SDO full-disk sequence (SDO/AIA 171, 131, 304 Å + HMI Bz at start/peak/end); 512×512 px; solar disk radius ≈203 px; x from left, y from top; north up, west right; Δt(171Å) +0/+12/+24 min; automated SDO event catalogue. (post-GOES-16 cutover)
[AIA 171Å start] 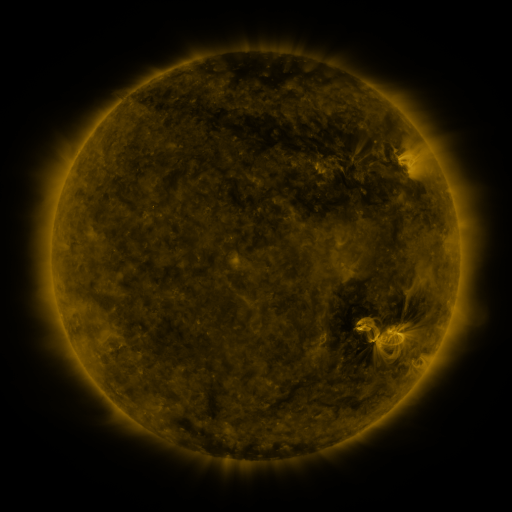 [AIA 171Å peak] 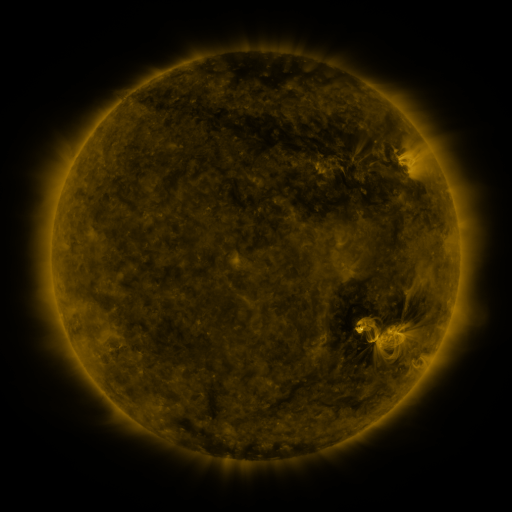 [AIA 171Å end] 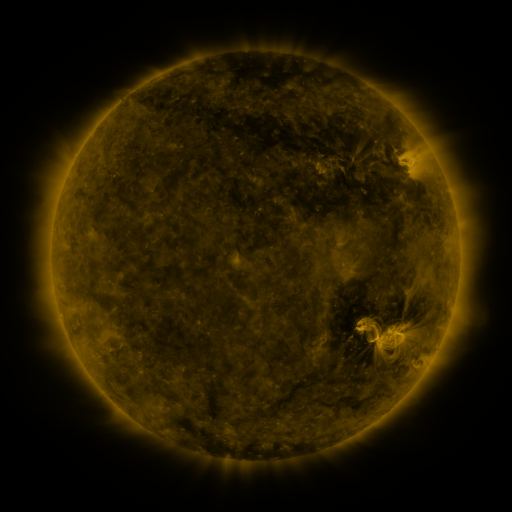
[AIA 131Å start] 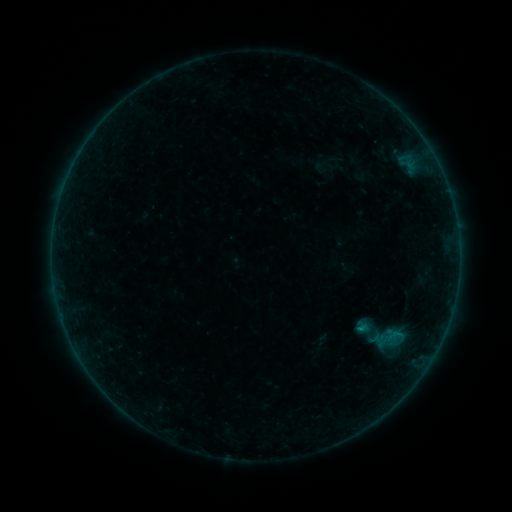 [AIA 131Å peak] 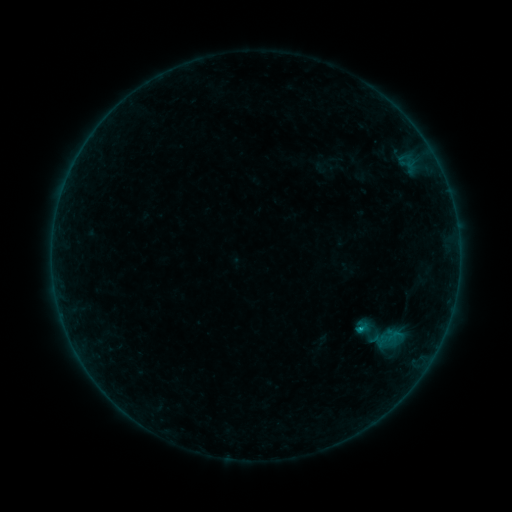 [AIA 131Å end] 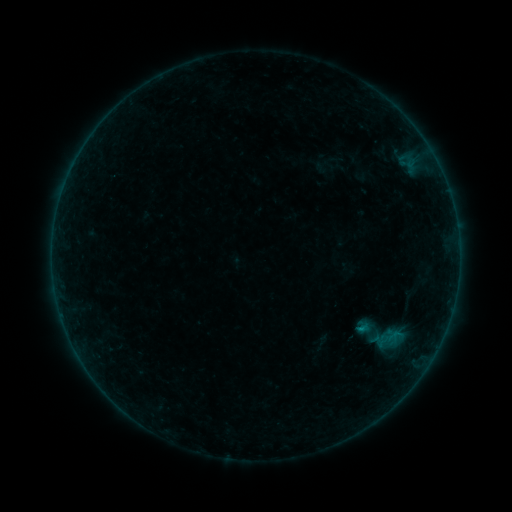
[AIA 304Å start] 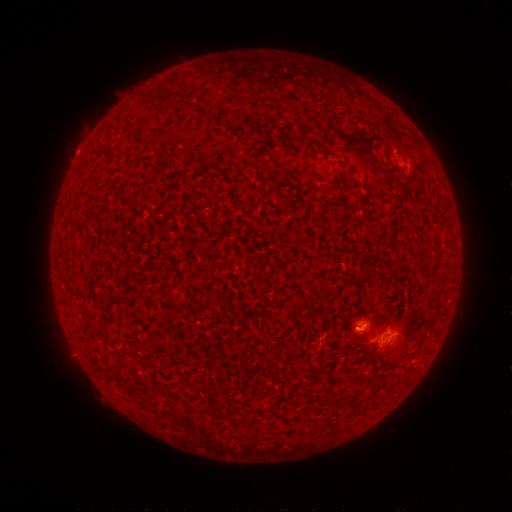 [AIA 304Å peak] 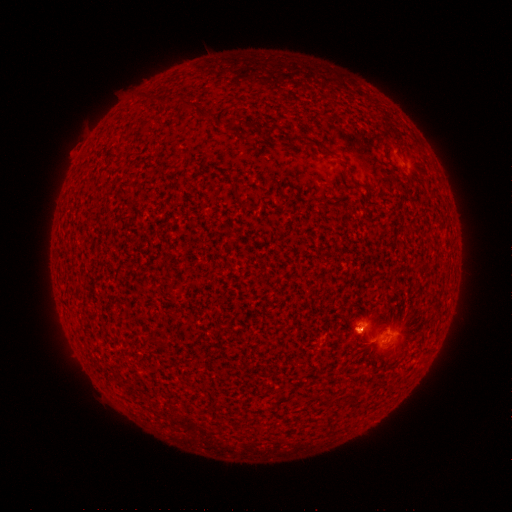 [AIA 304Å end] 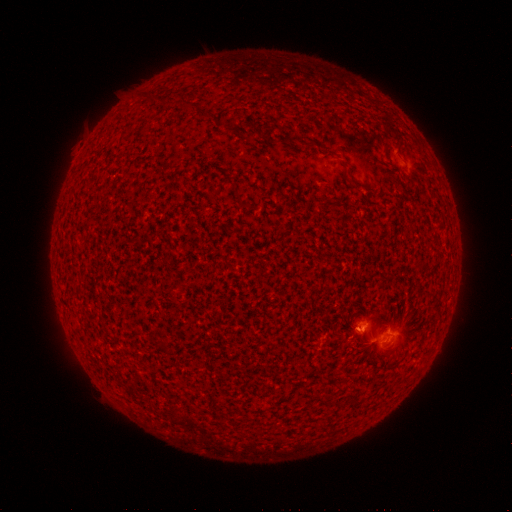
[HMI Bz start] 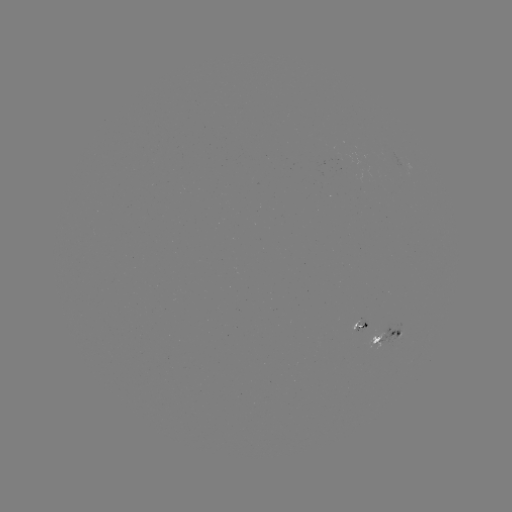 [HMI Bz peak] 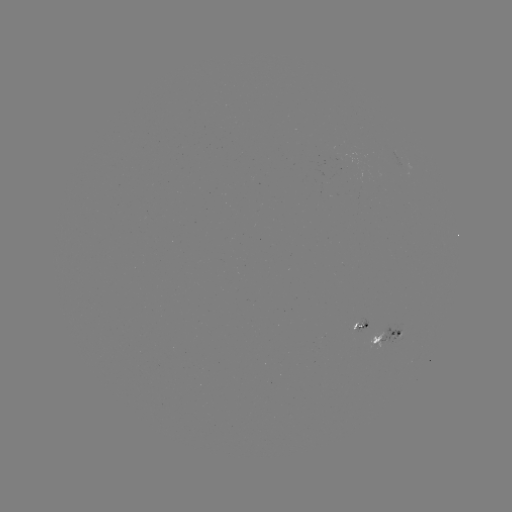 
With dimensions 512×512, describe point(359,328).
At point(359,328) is B4.5 flare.